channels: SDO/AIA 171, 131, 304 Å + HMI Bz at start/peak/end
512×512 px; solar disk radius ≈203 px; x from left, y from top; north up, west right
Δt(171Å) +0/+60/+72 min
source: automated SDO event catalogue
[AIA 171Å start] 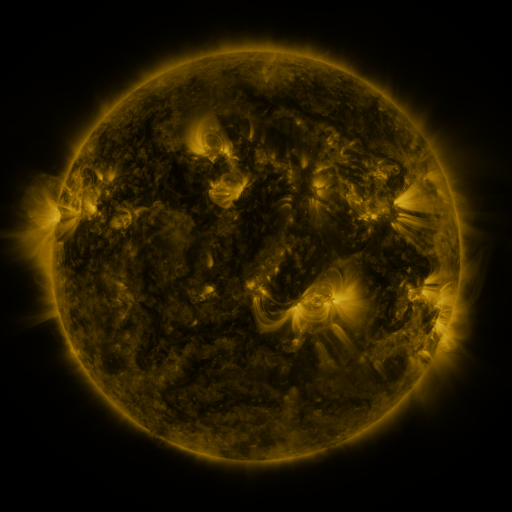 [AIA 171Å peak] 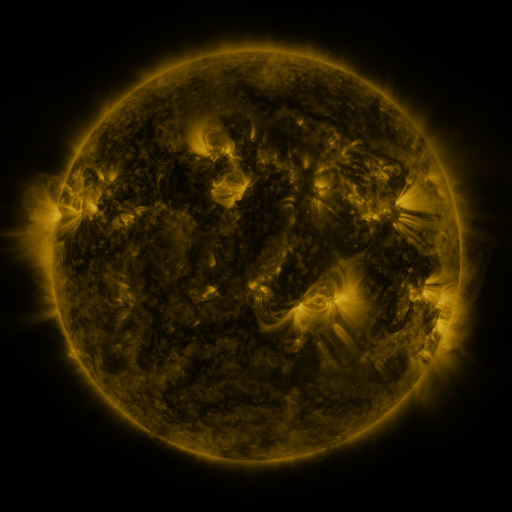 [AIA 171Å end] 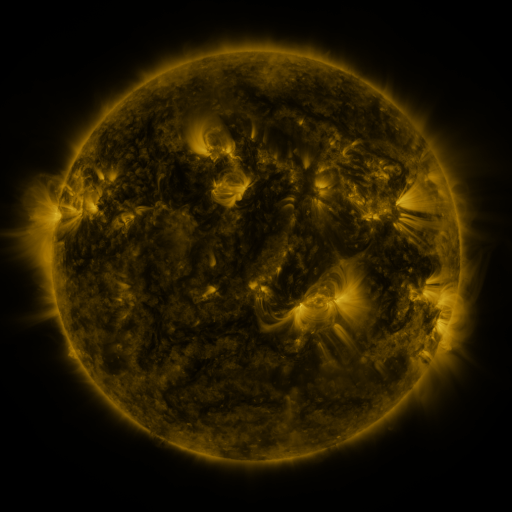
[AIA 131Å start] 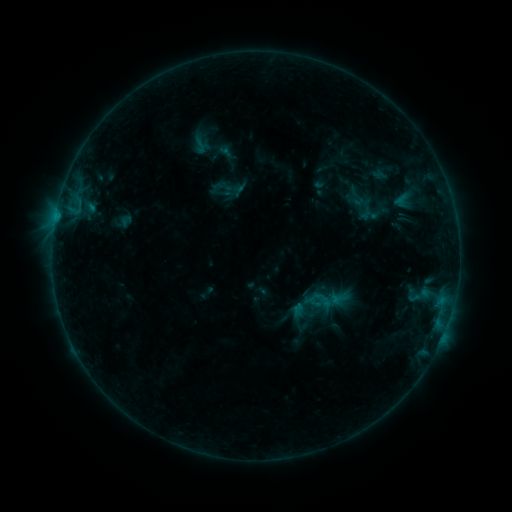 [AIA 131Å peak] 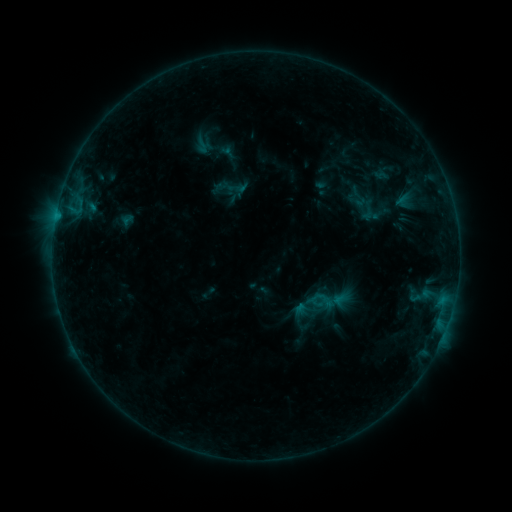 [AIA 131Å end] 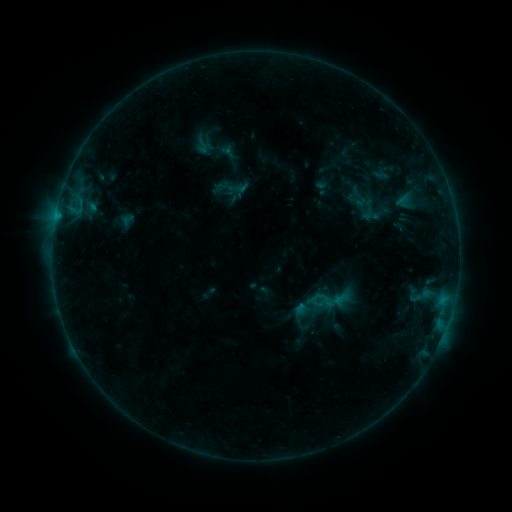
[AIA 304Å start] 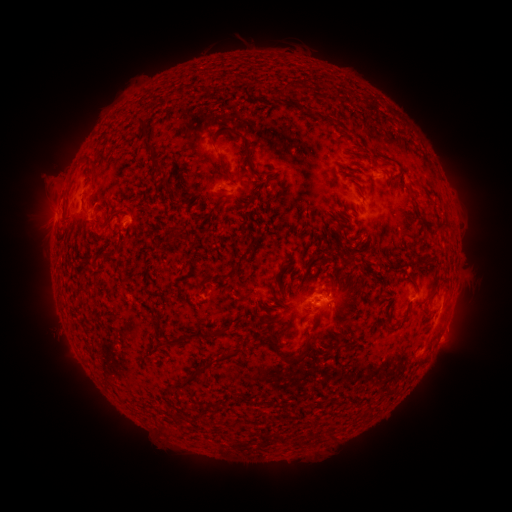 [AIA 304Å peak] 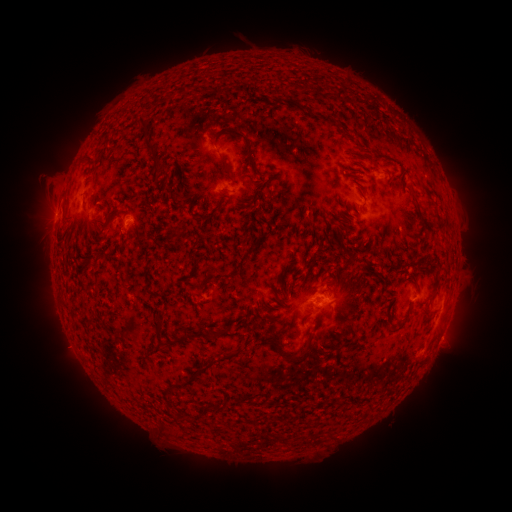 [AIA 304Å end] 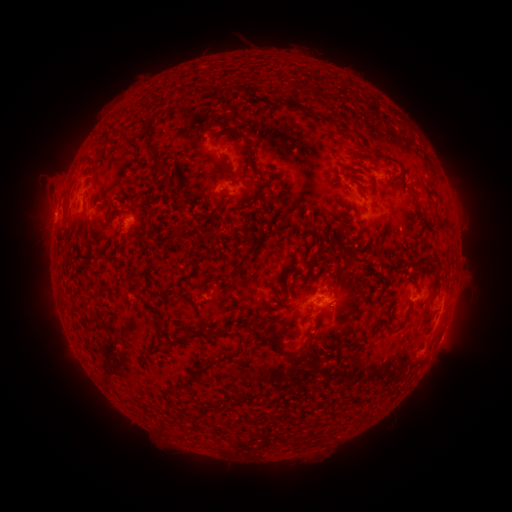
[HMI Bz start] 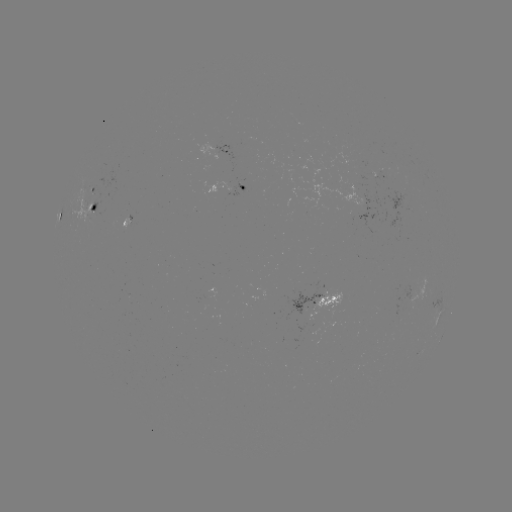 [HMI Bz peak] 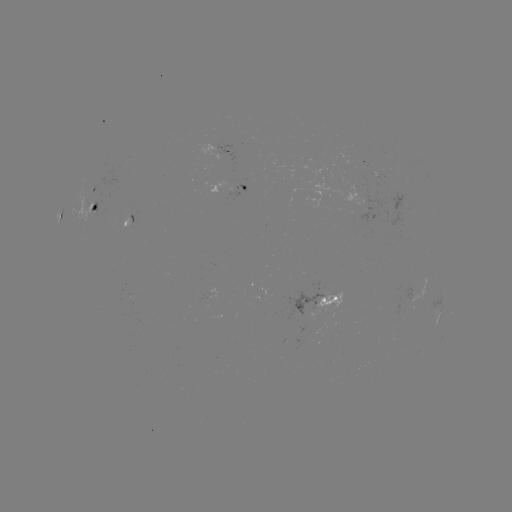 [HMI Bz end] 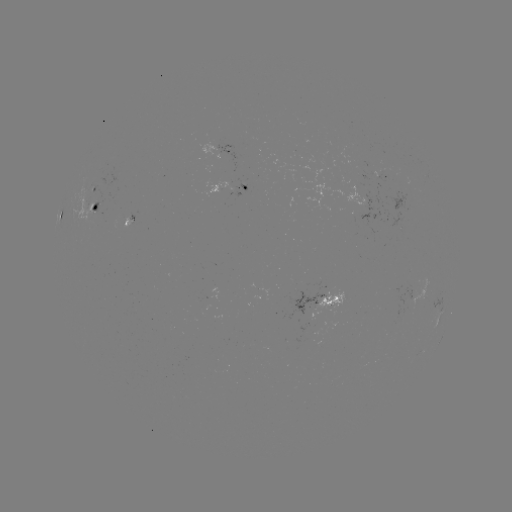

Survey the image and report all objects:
emerging-flux region: (227, 182)
